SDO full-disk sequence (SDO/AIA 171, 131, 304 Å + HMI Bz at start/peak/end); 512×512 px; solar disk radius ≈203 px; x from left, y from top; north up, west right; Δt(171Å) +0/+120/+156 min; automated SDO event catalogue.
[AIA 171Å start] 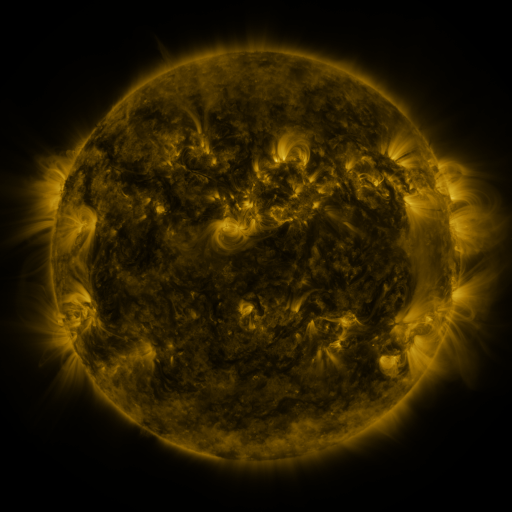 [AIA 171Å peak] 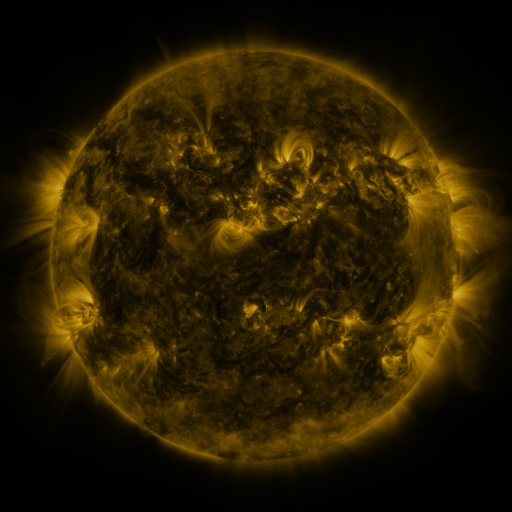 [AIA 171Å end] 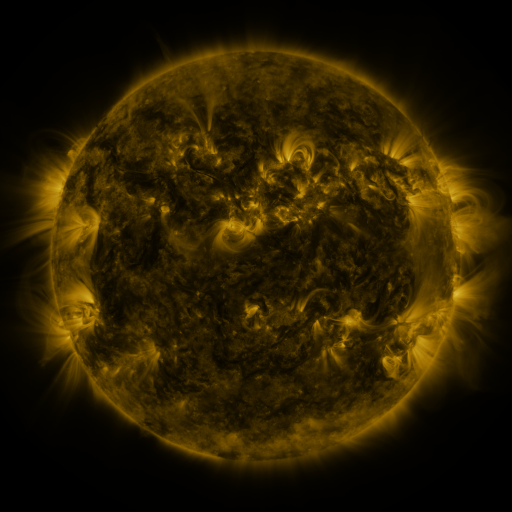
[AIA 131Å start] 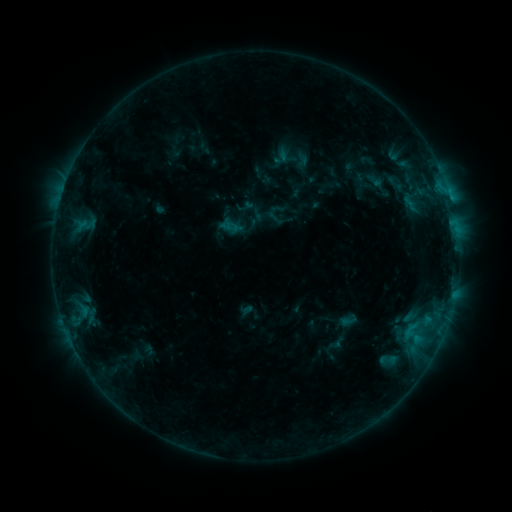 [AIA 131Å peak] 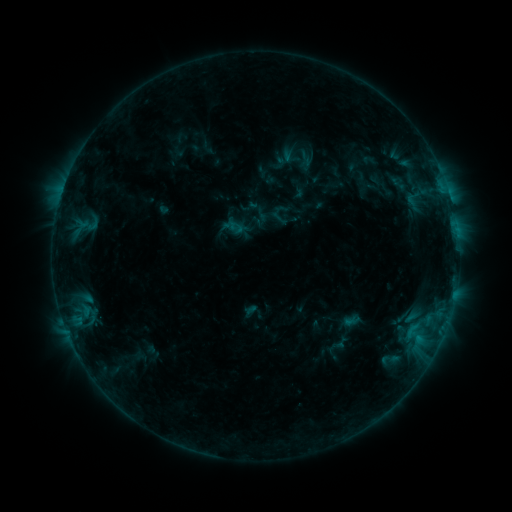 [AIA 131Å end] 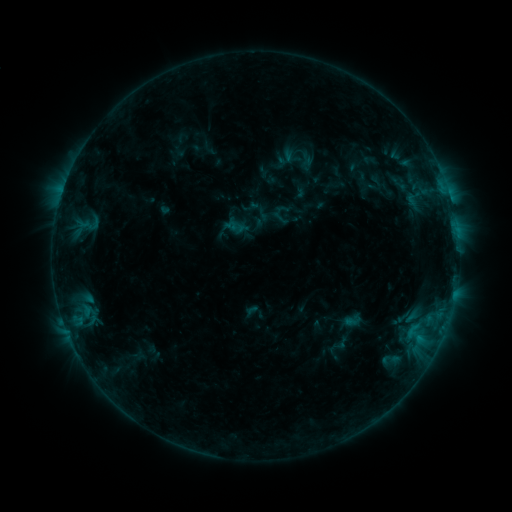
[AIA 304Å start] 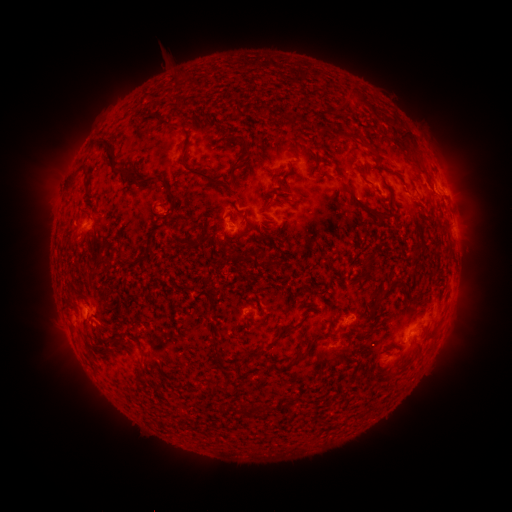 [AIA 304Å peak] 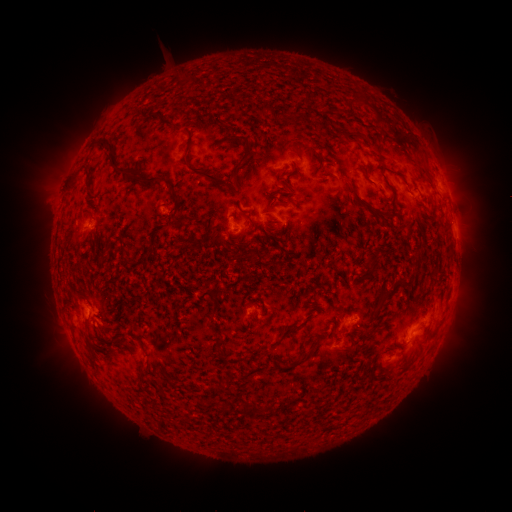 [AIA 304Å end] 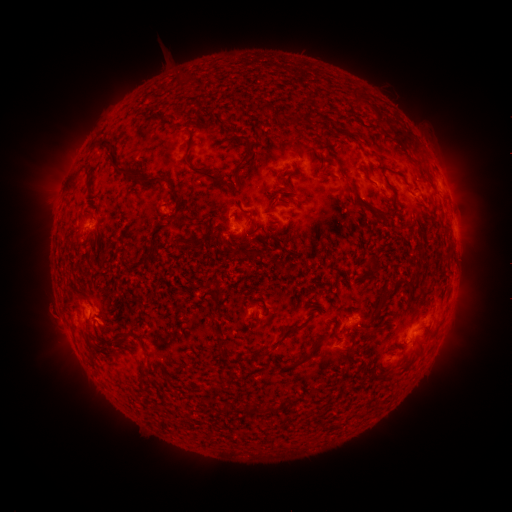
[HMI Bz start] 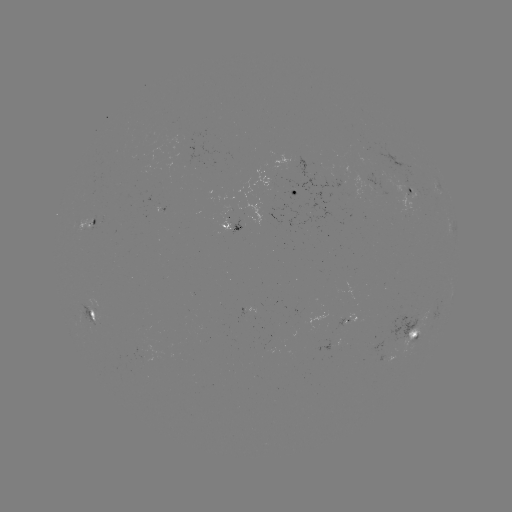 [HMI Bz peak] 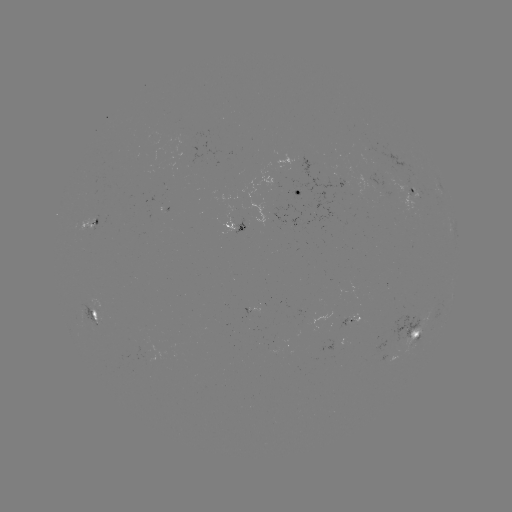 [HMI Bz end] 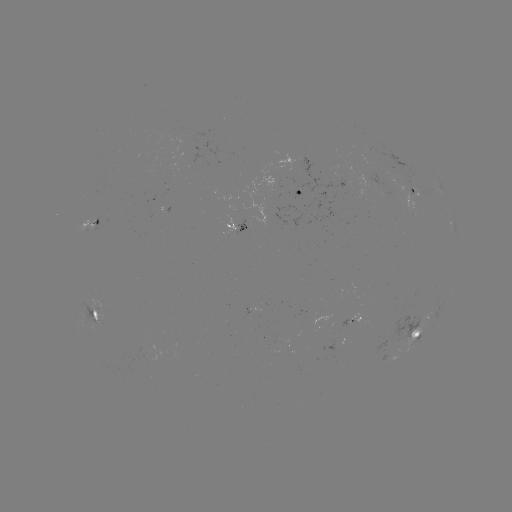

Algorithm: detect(emerging-flux region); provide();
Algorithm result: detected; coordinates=[90, 227]